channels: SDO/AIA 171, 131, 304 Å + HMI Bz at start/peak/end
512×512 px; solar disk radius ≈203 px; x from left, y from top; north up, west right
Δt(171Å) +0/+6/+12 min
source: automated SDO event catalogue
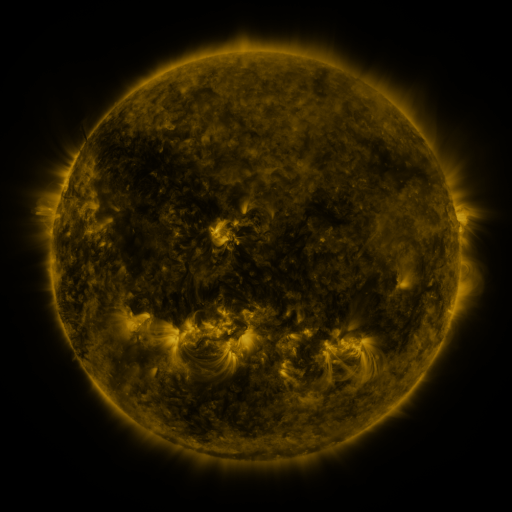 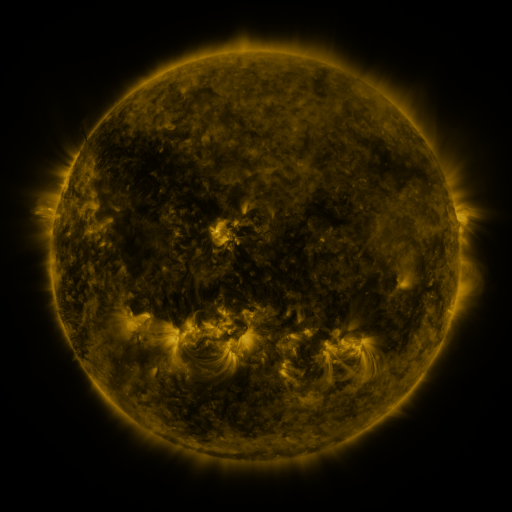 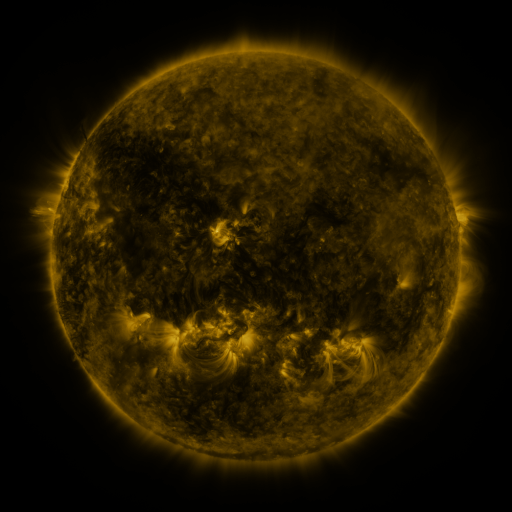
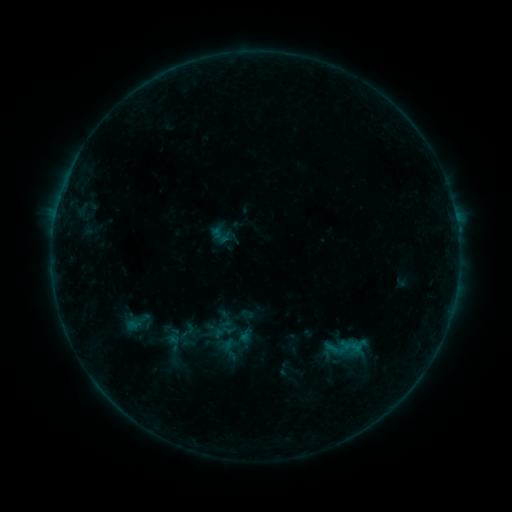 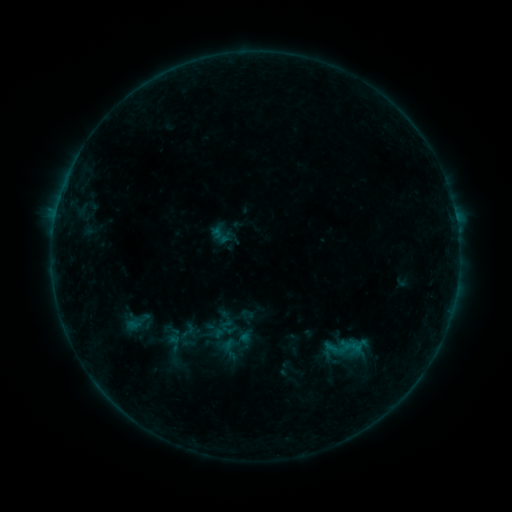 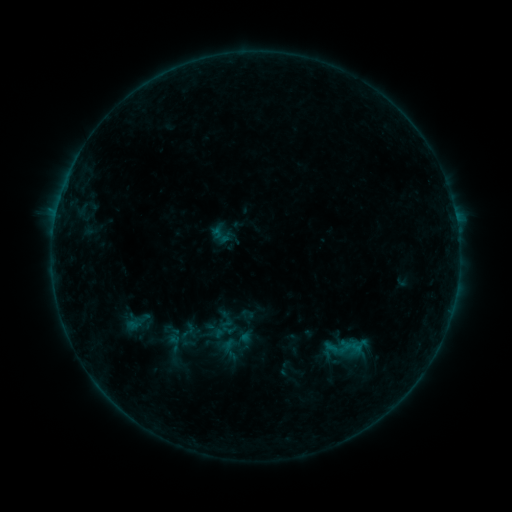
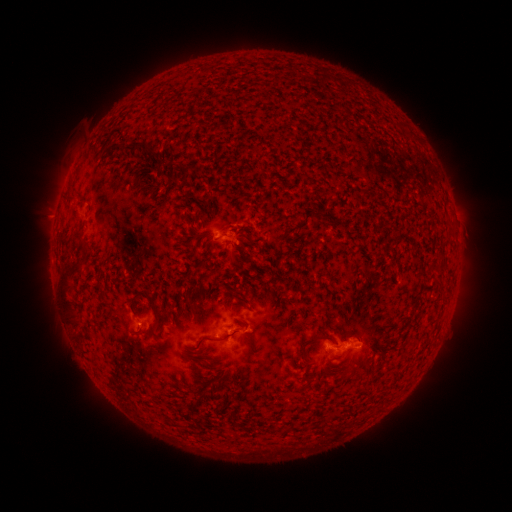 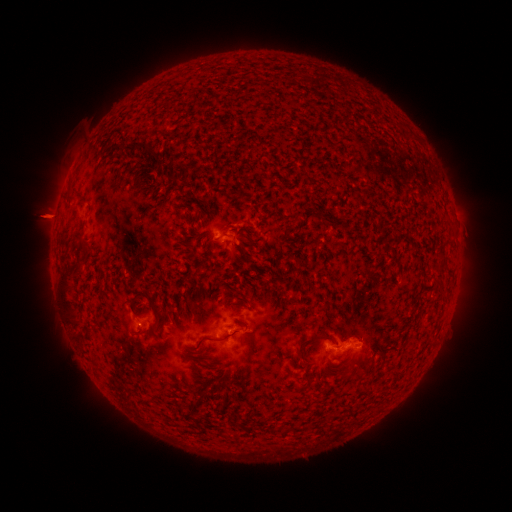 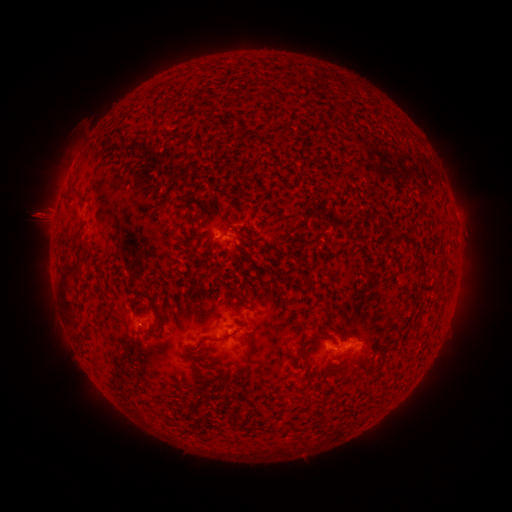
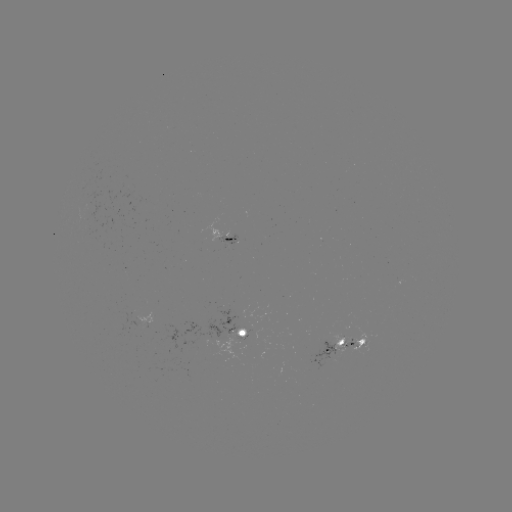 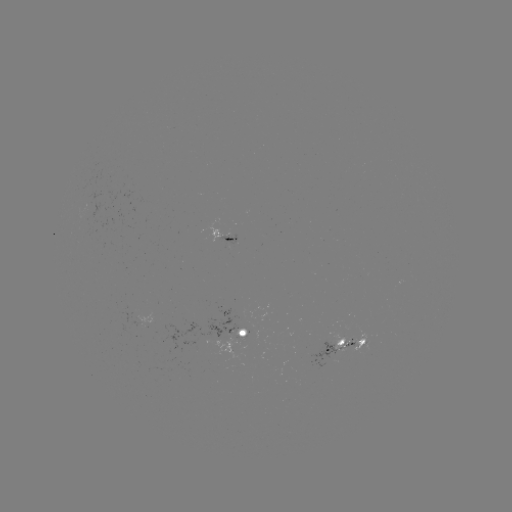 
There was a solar eruption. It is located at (50, 216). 